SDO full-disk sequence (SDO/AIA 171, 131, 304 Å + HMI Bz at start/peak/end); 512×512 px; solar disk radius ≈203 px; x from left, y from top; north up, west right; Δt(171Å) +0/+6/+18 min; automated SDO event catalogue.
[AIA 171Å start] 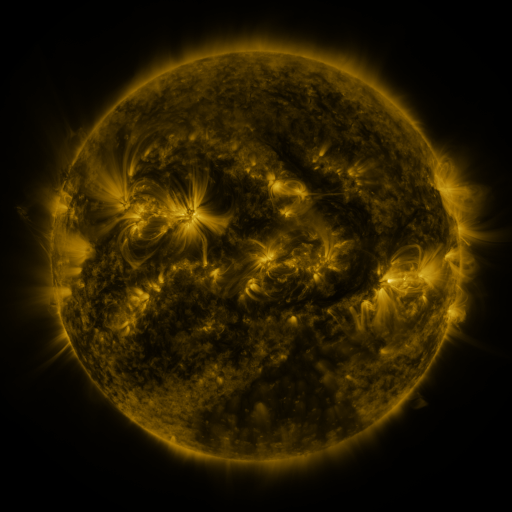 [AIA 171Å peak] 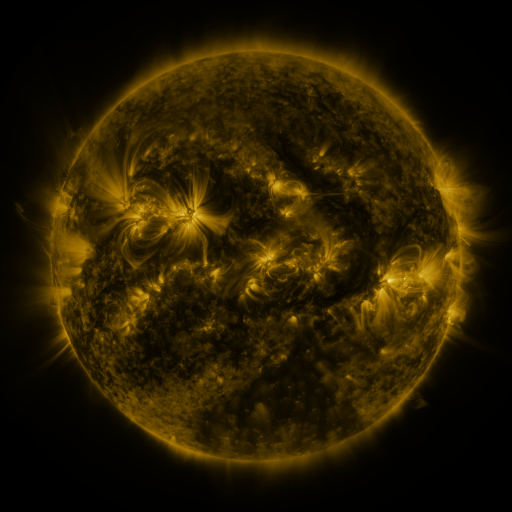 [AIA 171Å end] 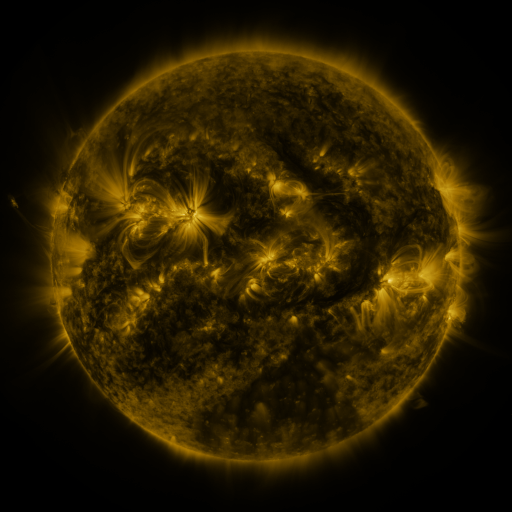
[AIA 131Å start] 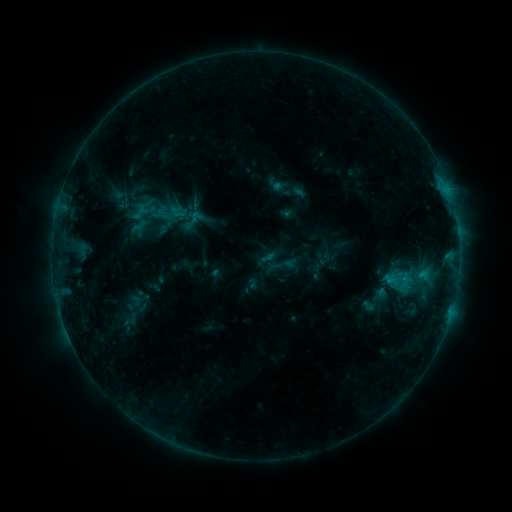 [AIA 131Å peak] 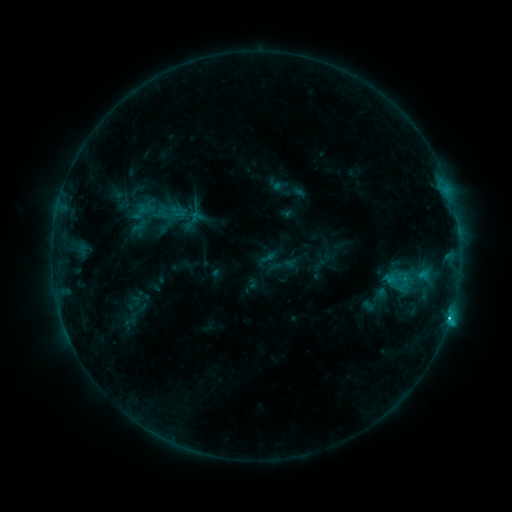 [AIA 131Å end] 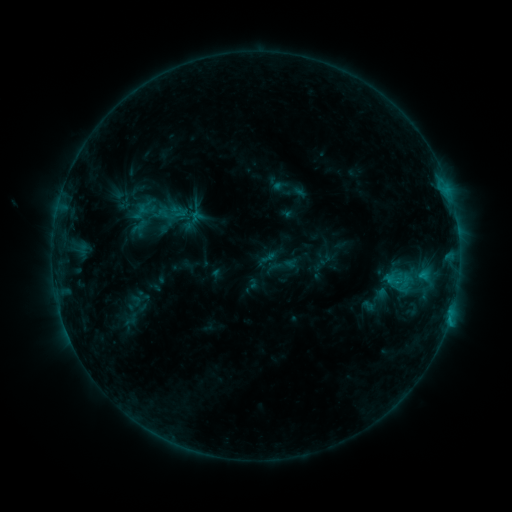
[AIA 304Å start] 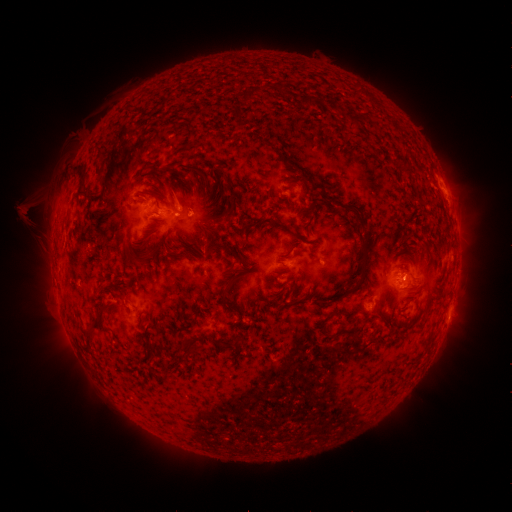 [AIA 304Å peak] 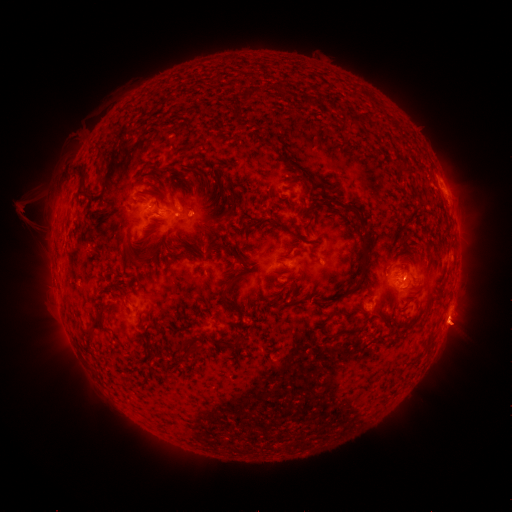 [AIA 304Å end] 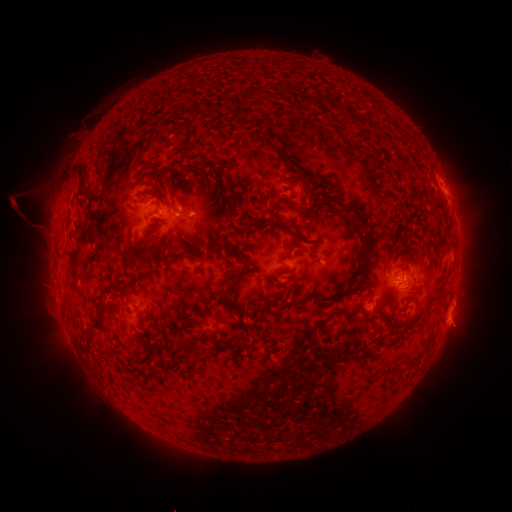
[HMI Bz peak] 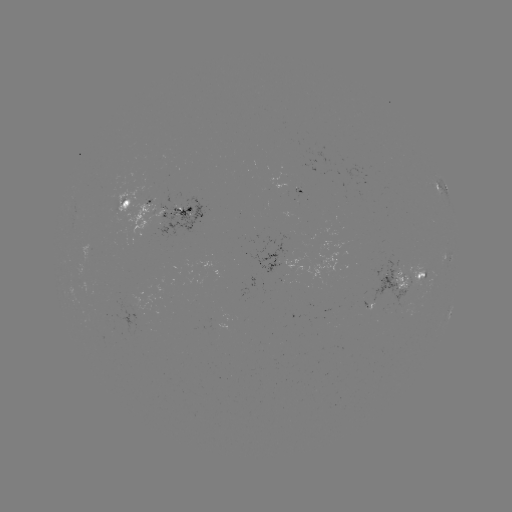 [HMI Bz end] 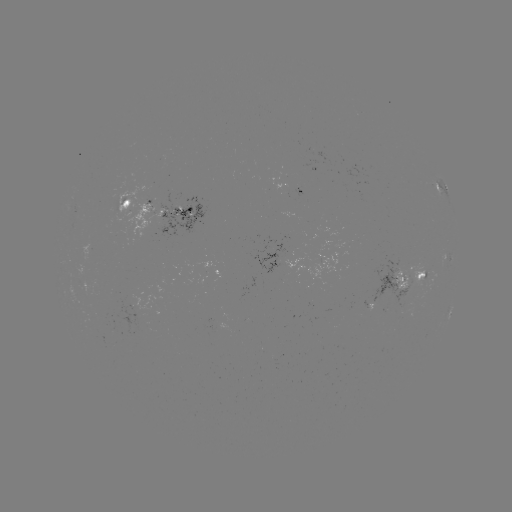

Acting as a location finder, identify eruption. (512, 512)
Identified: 457,329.